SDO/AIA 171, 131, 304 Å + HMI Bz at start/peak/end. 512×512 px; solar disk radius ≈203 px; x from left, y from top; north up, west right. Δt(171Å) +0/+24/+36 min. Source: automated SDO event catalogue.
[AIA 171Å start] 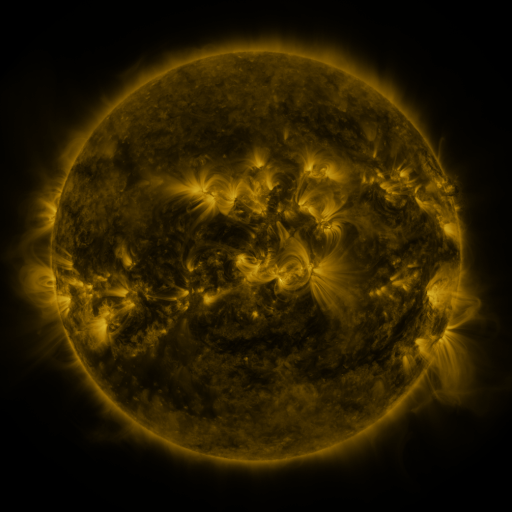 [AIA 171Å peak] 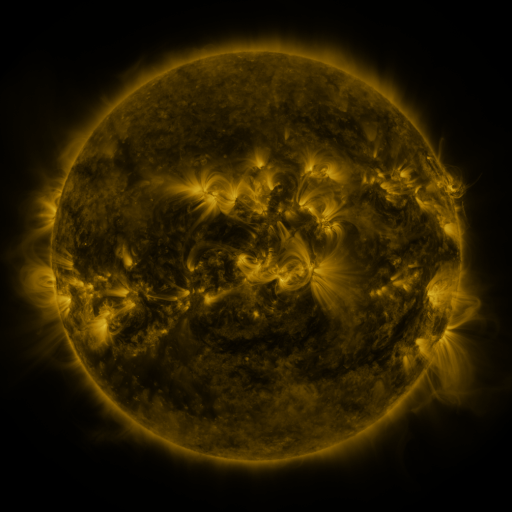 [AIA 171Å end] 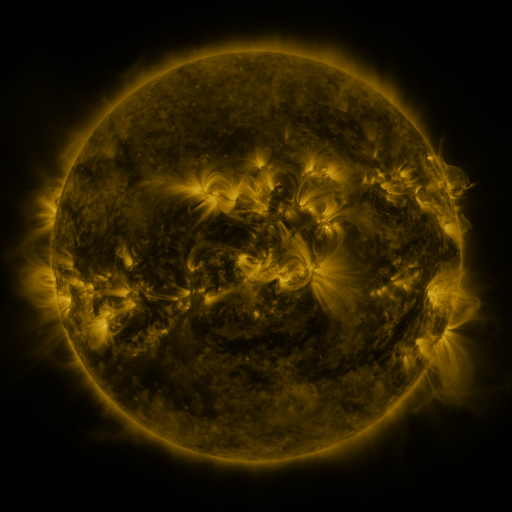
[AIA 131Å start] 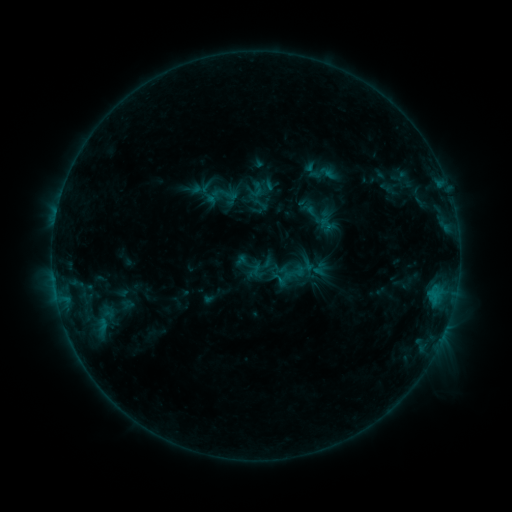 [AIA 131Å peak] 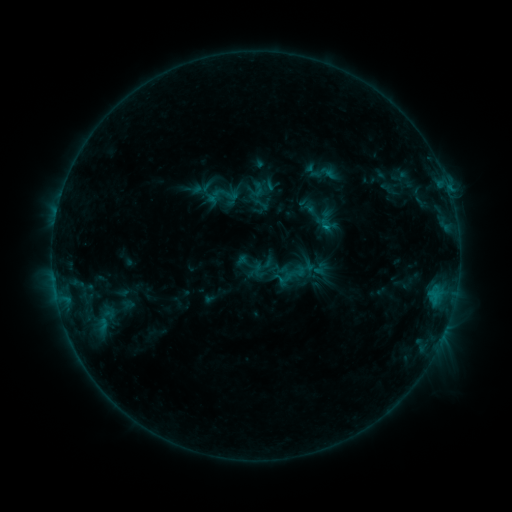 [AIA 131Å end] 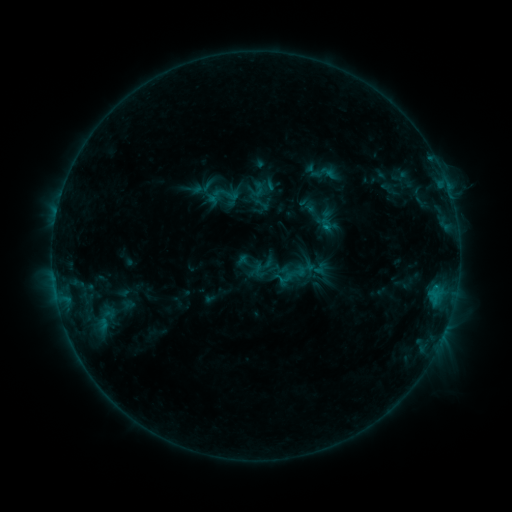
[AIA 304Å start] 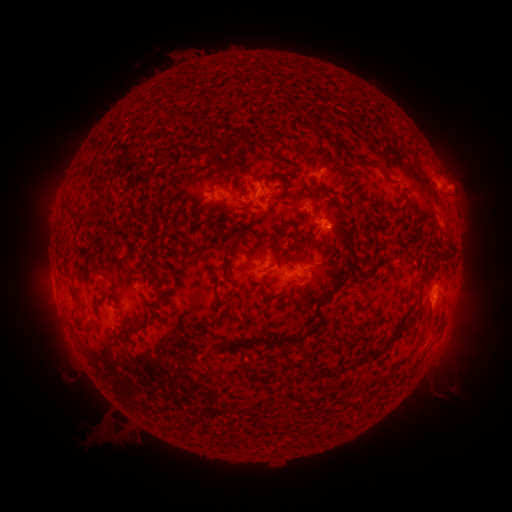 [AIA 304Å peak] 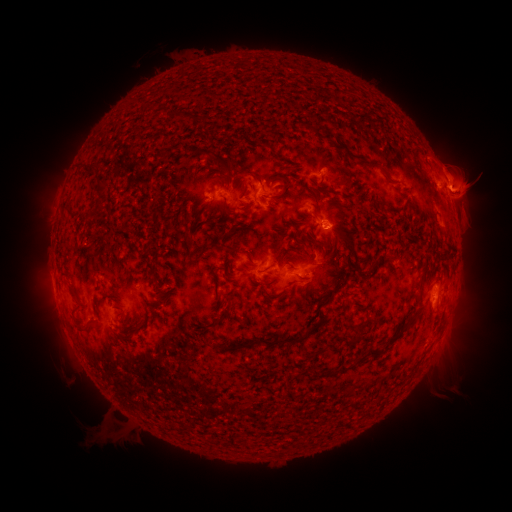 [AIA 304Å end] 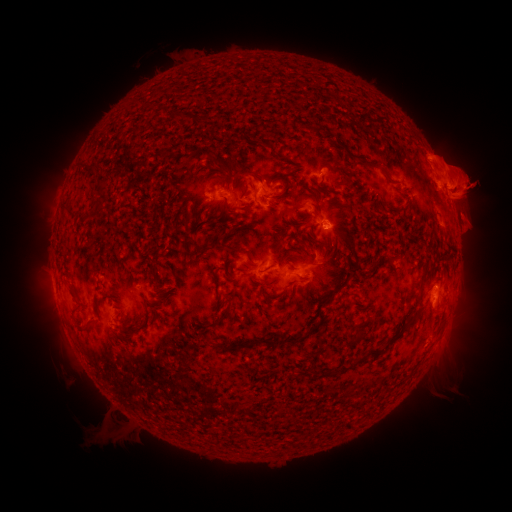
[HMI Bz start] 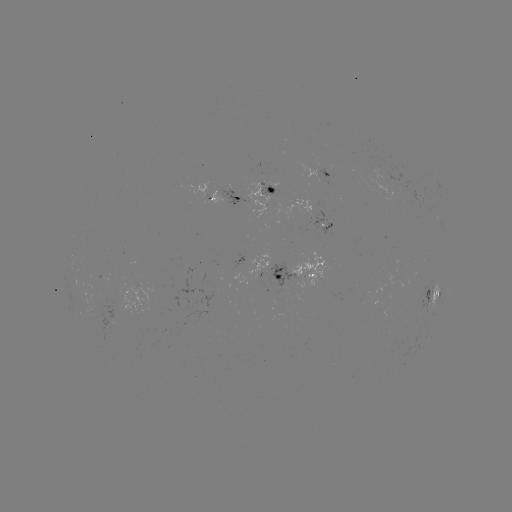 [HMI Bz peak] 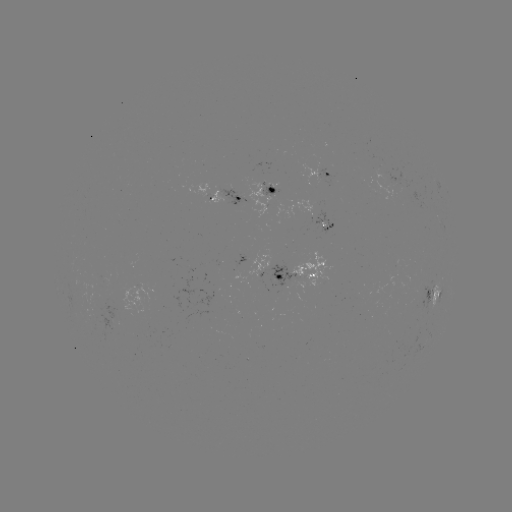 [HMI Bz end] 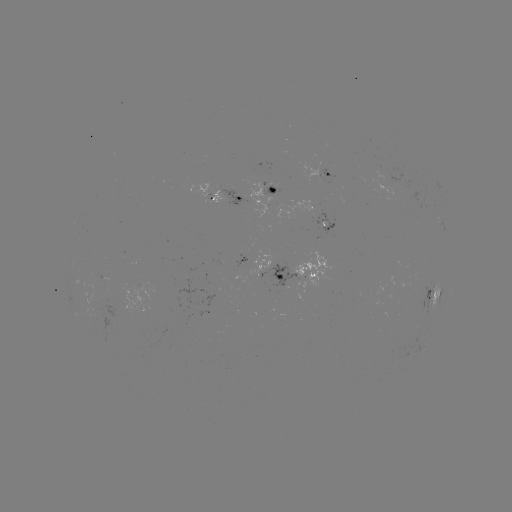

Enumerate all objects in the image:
B6.1 flare: (325, 228)
